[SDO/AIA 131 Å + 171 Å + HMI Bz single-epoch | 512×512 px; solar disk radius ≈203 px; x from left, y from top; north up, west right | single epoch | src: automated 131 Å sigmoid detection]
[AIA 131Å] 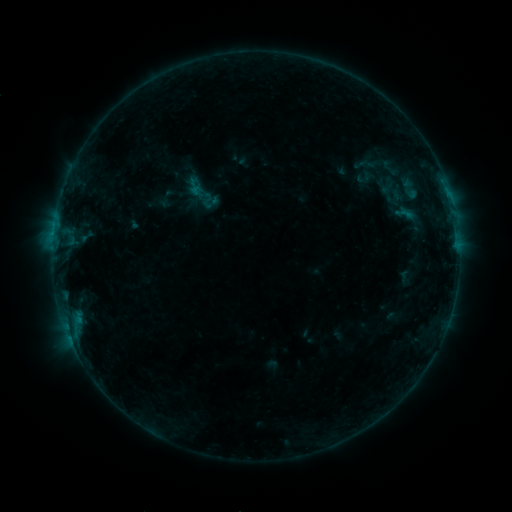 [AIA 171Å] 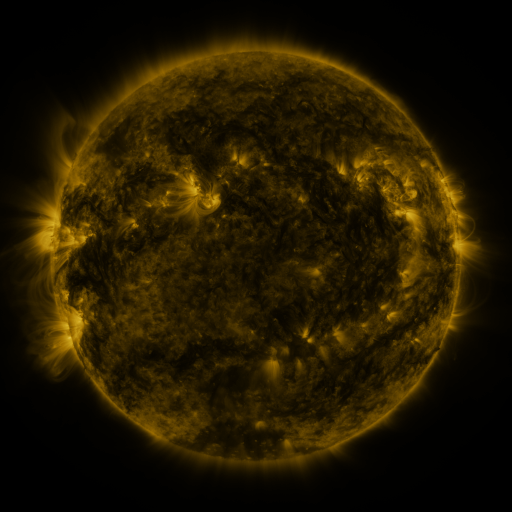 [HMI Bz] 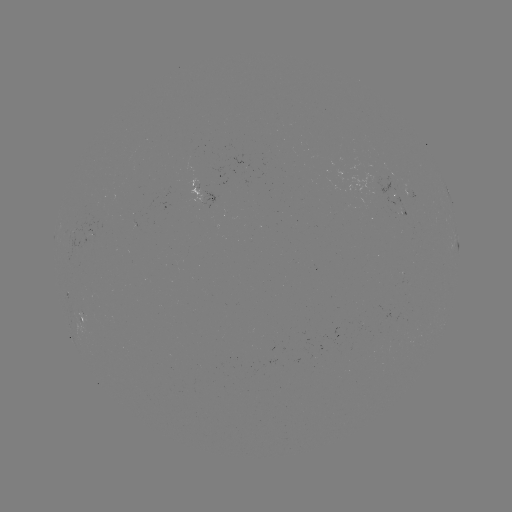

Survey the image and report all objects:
sigmoid: [372, 155, 407, 180]
sigmoid: [195, 187, 212, 204]
